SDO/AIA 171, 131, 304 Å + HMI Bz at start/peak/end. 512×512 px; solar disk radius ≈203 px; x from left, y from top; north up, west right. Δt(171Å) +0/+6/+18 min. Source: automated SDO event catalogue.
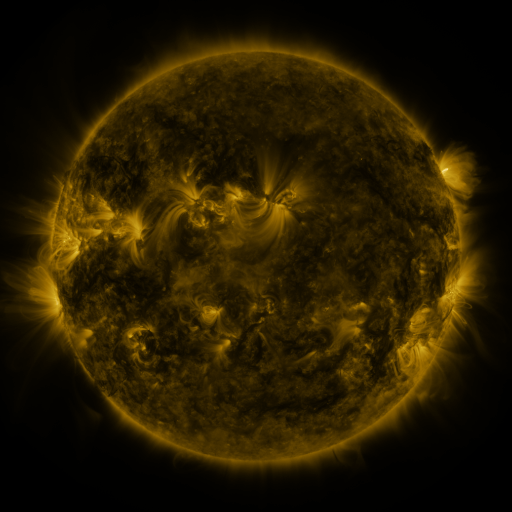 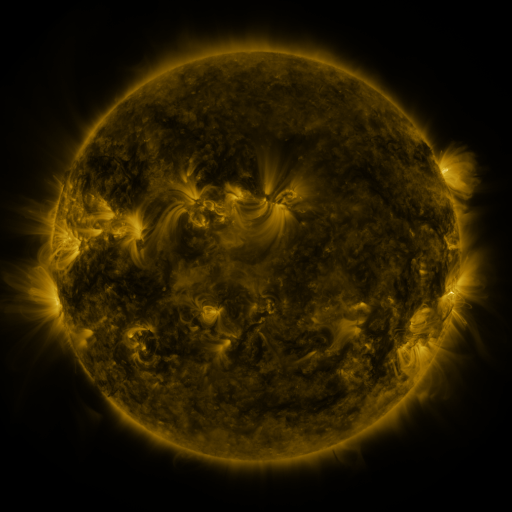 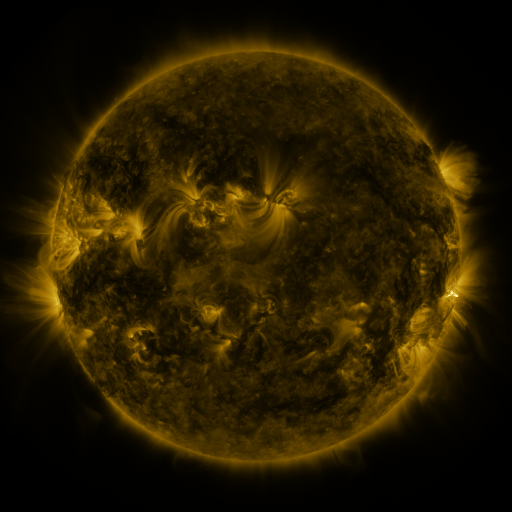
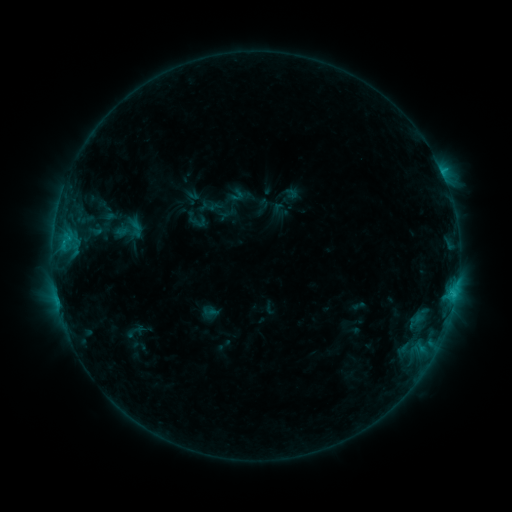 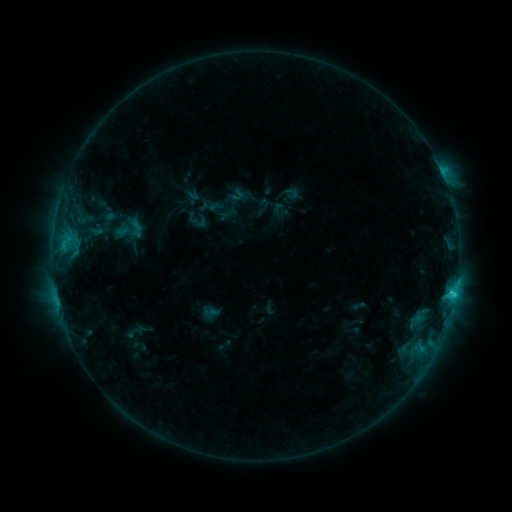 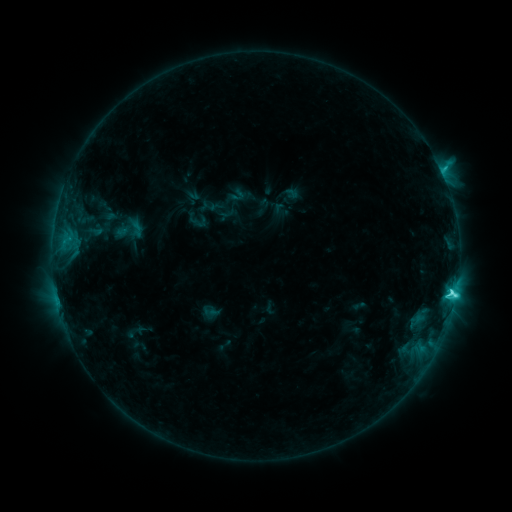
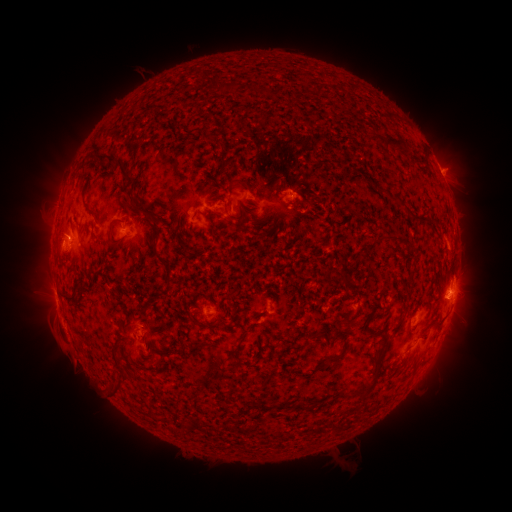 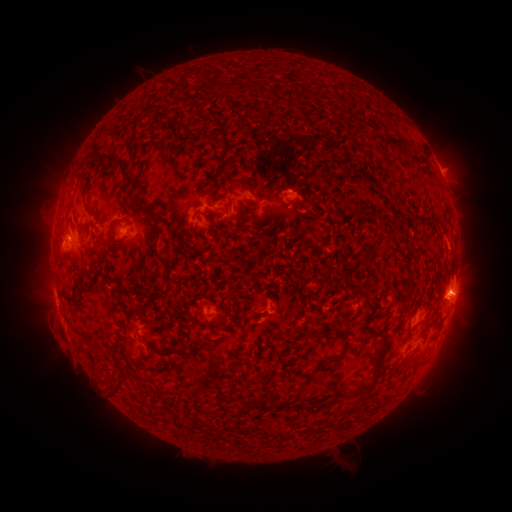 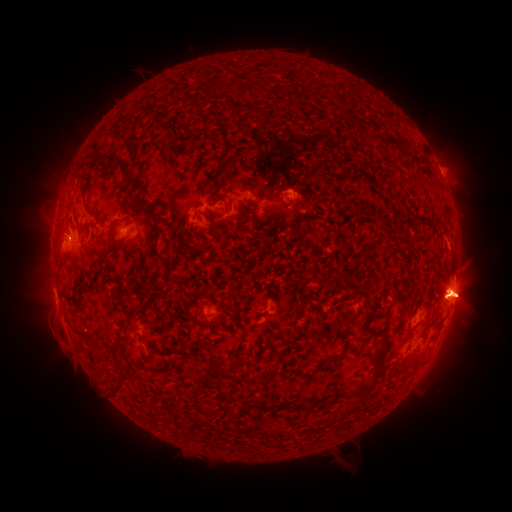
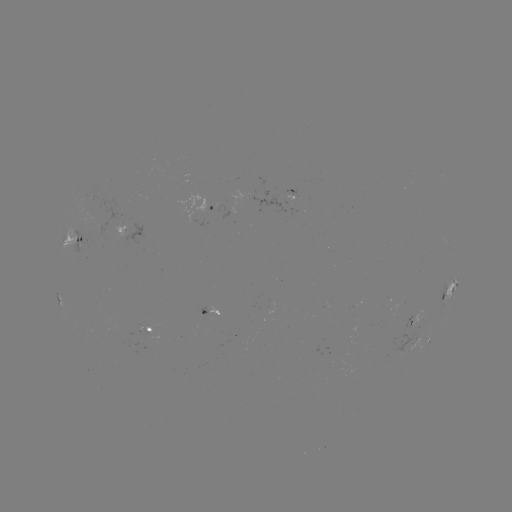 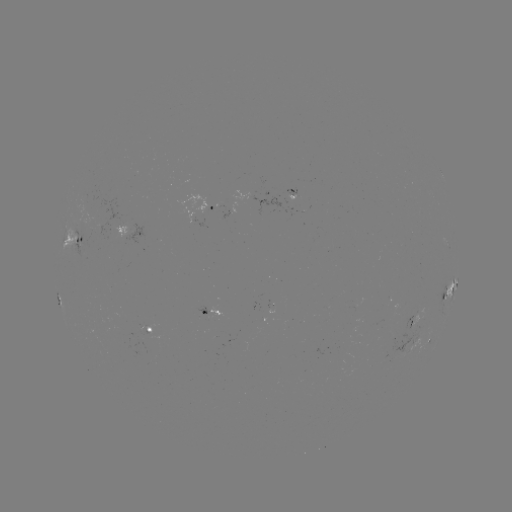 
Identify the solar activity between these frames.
eruption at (473, 292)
